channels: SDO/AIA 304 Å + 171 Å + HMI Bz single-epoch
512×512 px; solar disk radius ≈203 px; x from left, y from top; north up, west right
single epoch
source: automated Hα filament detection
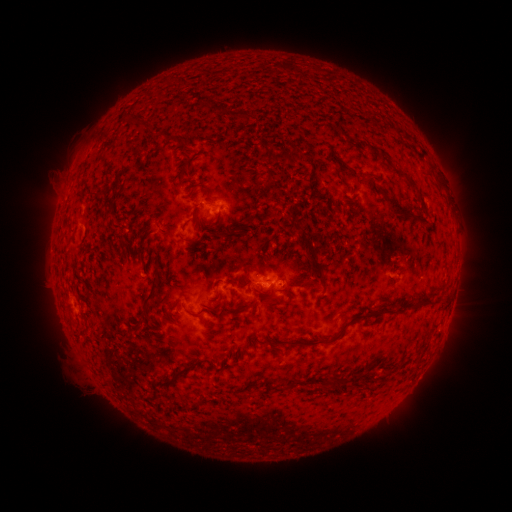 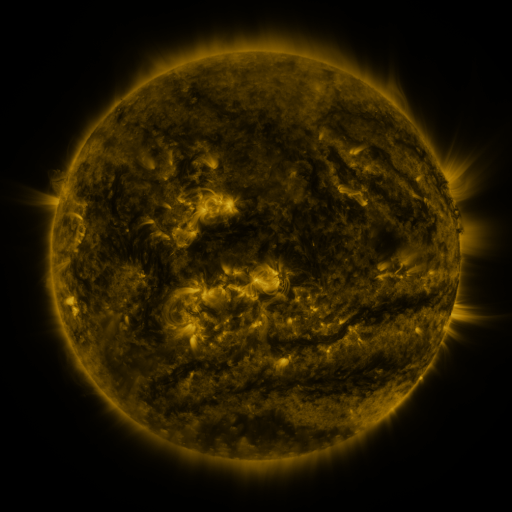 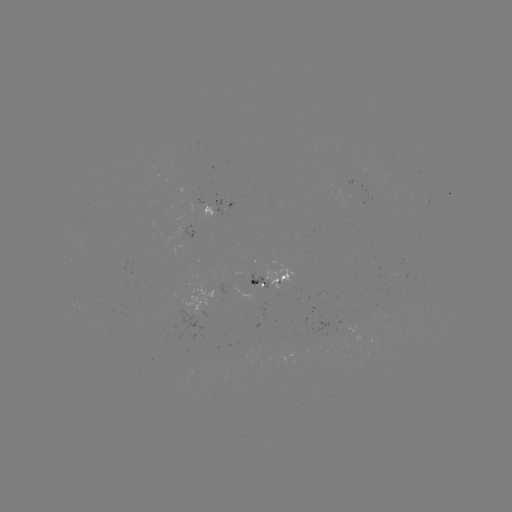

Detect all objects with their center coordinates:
filament: (419, 148, 427, 160)
filament: (399, 171, 418, 189)
filament: (389, 202, 427, 229)
filament: (106, 205, 114, 216)
filament: (229, 224, 242, 236)
filament: (215, 231, 225, 238)
filament: (178, 232, 198, 246)
filament: (300, 250, 324, 288)
filament: (242, 263, 256, 287)
filament: (142, 274, 162, 311)
filament: (263, 295, 277, 304)
filament: (421, 299, 434, 308)
filament: (237, 303, 251, 310)
filament: (183, 306, 202, 317)
filament: (381, 309, 404, 315)
filament: (343, 314, 366, 328)
filament: (328, 332, 341, 342)
filament: (293, 339, 306, 347)
filament: (153, 359, 196, 388)
filament: (322, 379, 335, 386)
